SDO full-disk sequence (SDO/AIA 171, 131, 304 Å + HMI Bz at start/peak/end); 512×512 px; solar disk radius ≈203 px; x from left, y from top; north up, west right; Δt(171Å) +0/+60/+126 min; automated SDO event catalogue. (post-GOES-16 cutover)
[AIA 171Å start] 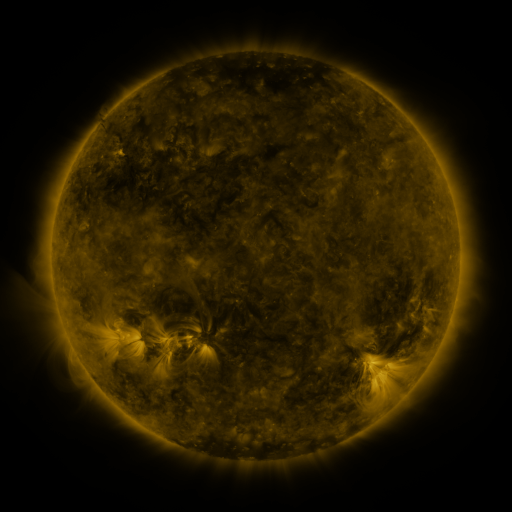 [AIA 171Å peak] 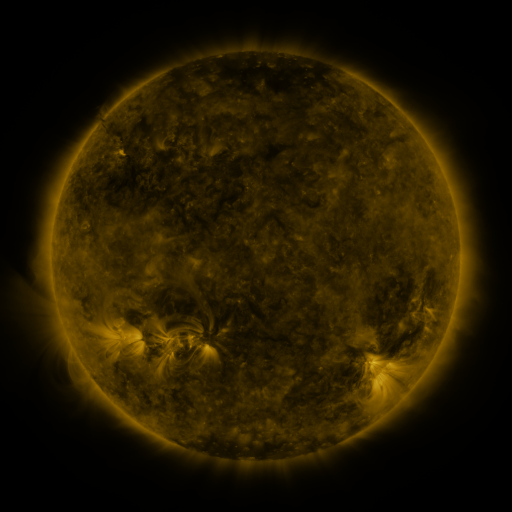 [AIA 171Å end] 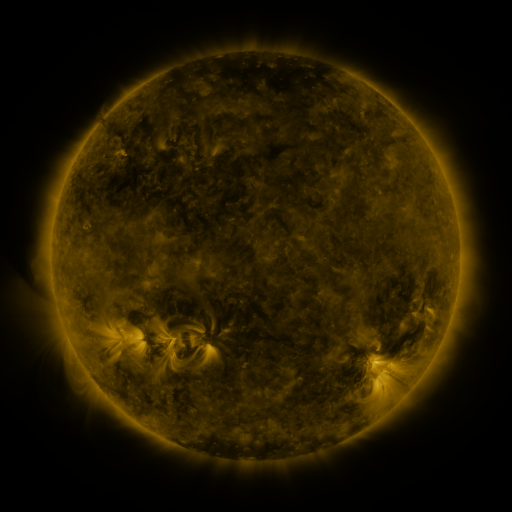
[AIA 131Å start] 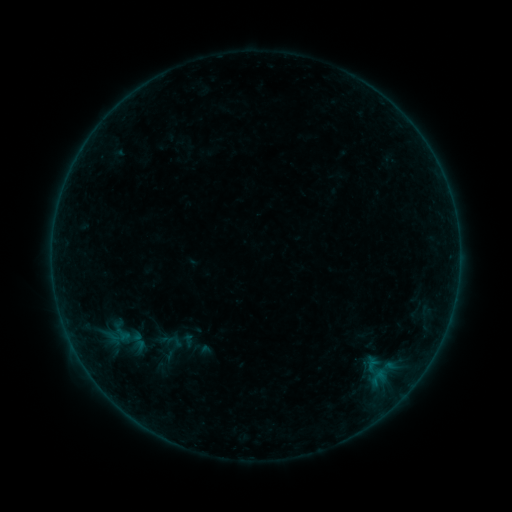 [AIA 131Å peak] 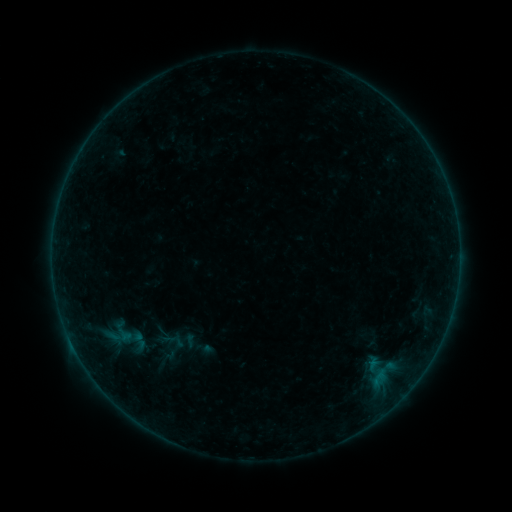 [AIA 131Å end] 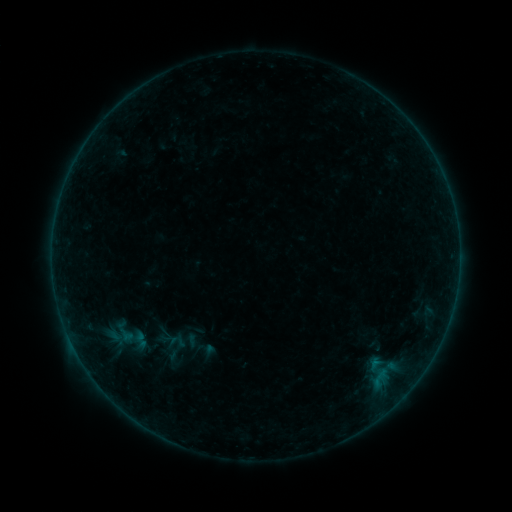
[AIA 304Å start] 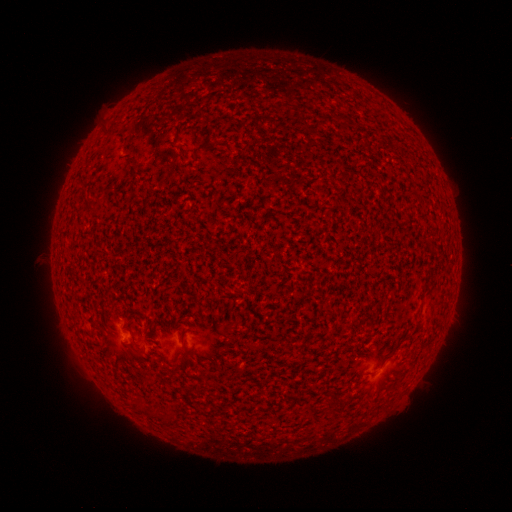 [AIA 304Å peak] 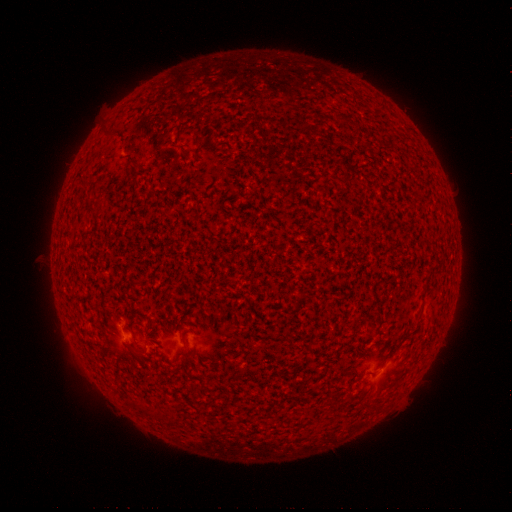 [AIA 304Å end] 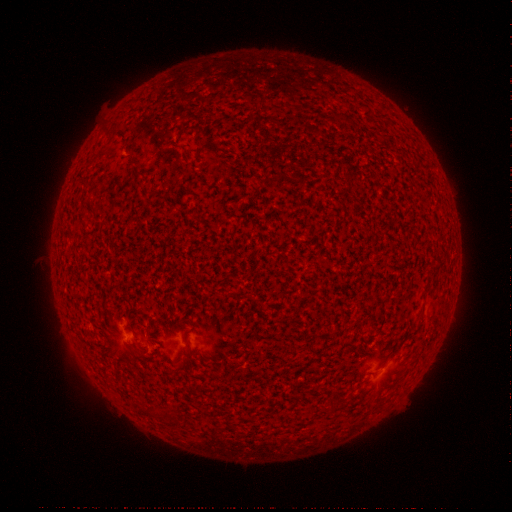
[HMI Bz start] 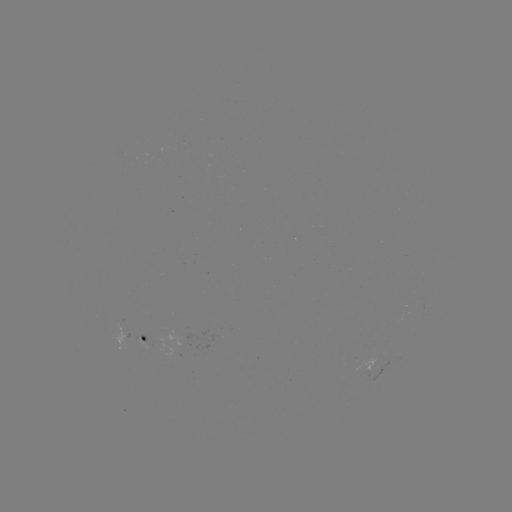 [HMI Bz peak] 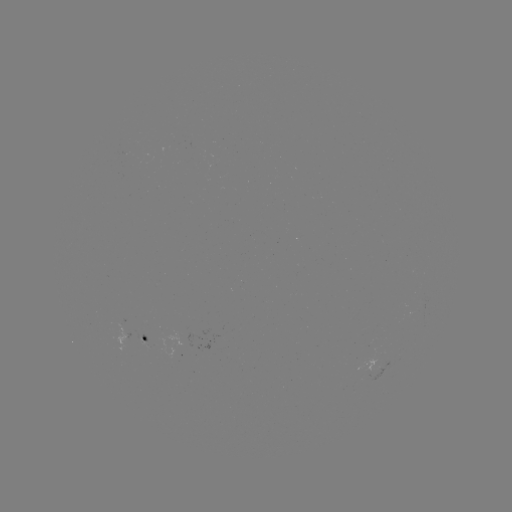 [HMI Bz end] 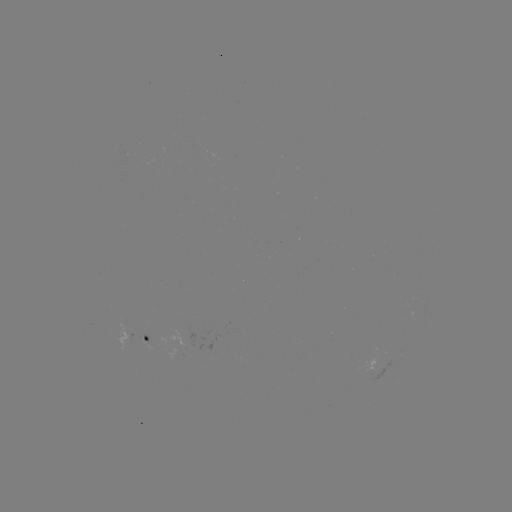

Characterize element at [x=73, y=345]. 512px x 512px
B2.5 flare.